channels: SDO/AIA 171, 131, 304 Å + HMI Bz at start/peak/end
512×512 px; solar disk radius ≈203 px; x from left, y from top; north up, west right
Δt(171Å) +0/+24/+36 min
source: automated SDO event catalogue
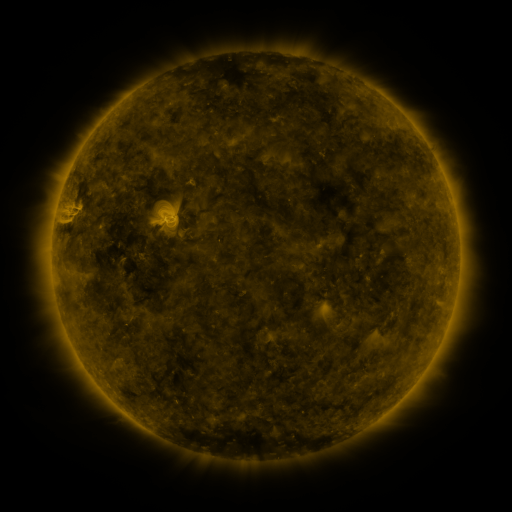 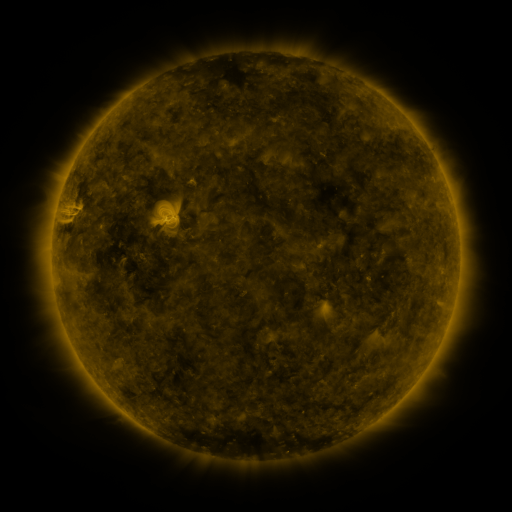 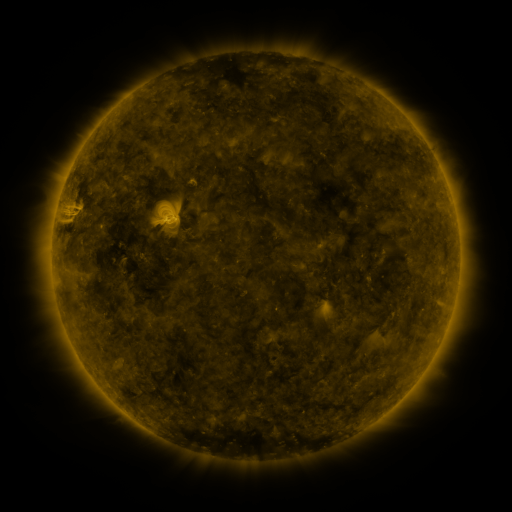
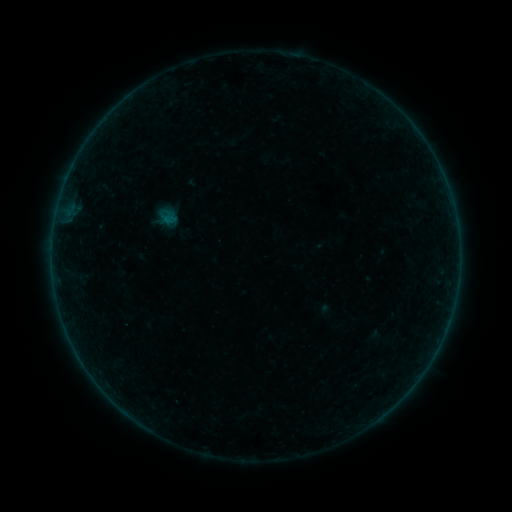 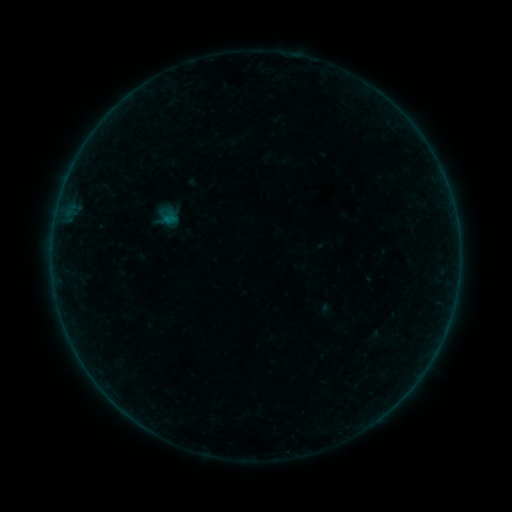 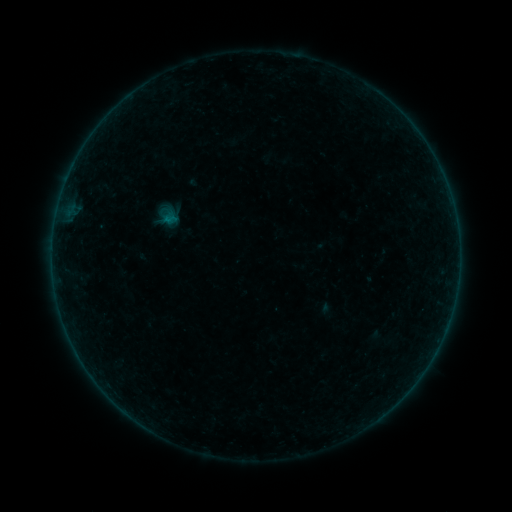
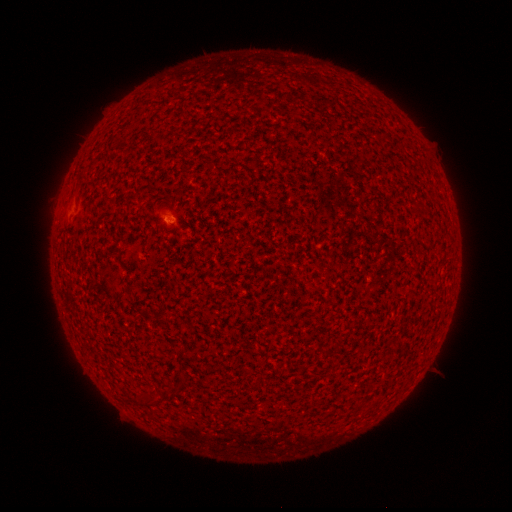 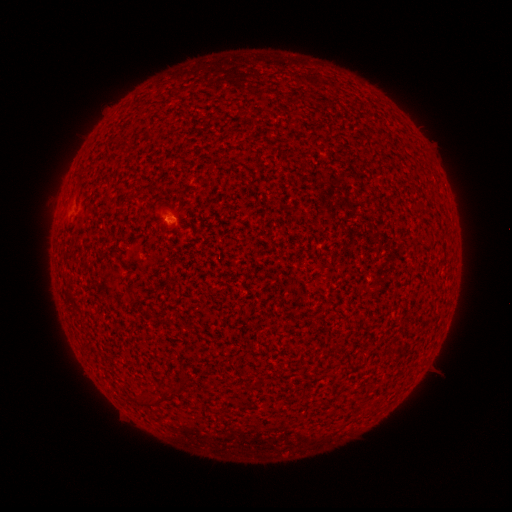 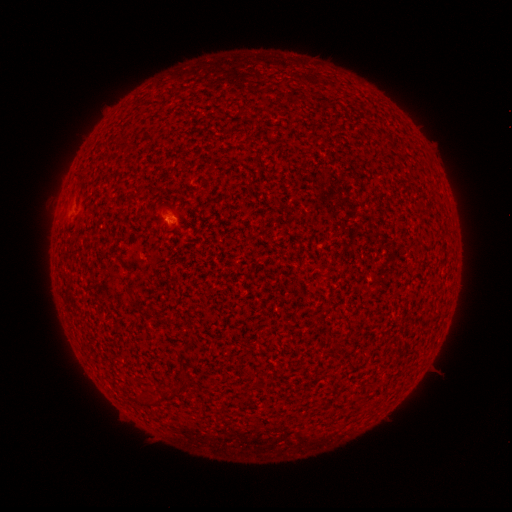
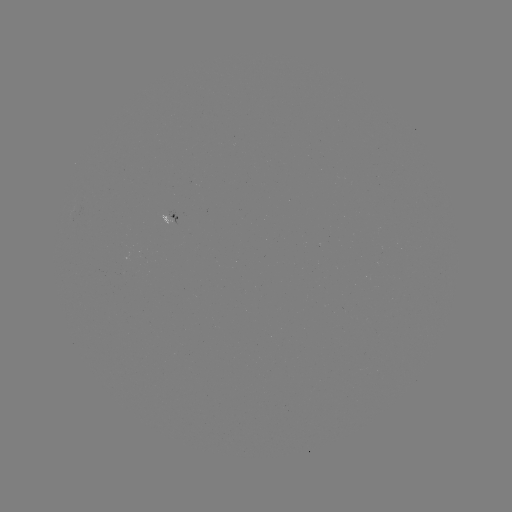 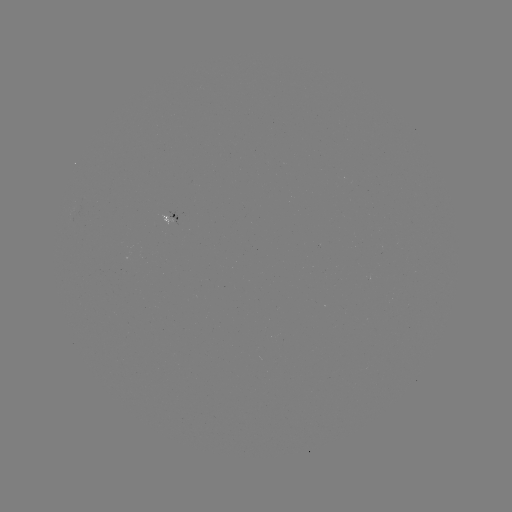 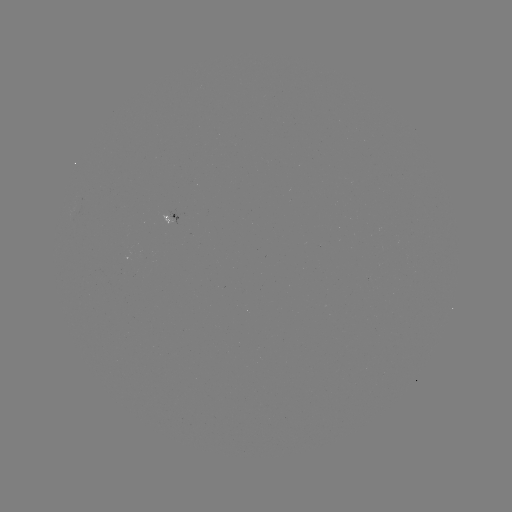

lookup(A5.1 flare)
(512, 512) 170,221